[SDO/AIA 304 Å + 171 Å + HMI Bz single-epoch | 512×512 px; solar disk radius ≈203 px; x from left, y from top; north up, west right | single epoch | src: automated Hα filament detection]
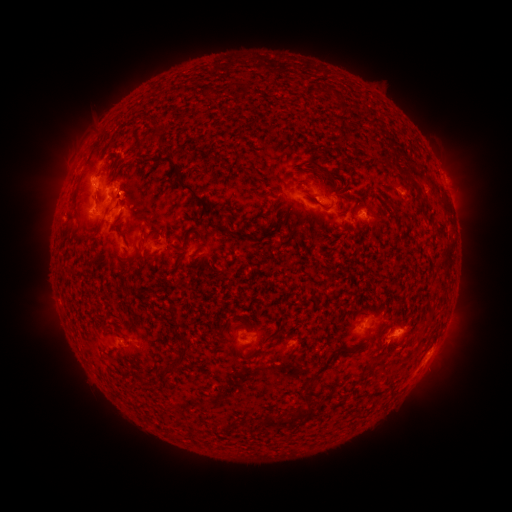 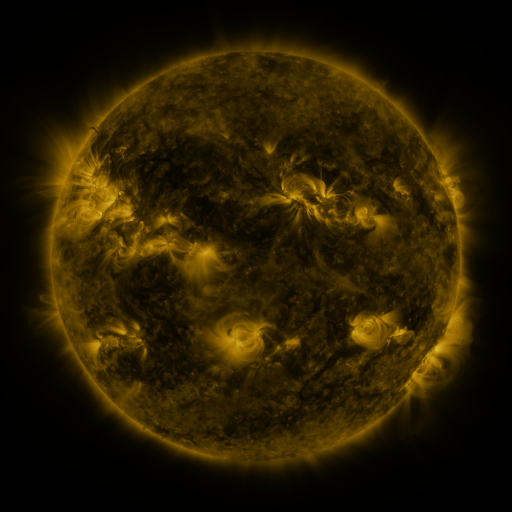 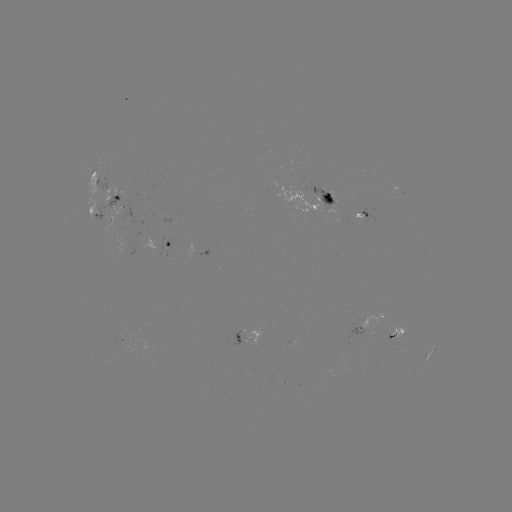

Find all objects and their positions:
filament: (336, 100, 348, 113)
filament: (145, 130, 161, 142)
filament: (306, 160, 337, 182)
filament: (171, 162, 181, 174)
filament: (397, 164, 420, 190)
filament: (173, 179, 212, 216)
filament: (361, 188, 372, 201)
filament: (72, 189, 79, 201)
filament: (323, 205, 332, 211)
filament: (211, 222, 251, 240)
filament: (188, 227, 207, 243)
filament: (147, 228, 162, 236)
filament: (167, 304, 177, 320)
filament: (174, 322, 182, 332)
filament: (176, 341, 189, 353)
filament: (368, 357, 381, 371)
filament: (161, 366, 172, 375)
filament: (303, 374, 317, 394)
filament: (318, 395, 330, 405)
filament: (294, 401, 312, 420)
filament: (267, 414, 289, 426)
